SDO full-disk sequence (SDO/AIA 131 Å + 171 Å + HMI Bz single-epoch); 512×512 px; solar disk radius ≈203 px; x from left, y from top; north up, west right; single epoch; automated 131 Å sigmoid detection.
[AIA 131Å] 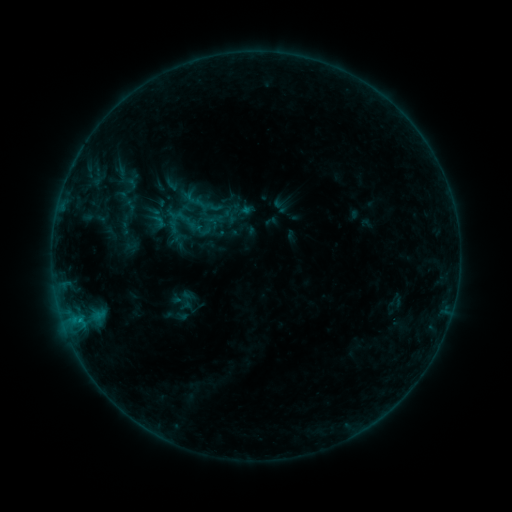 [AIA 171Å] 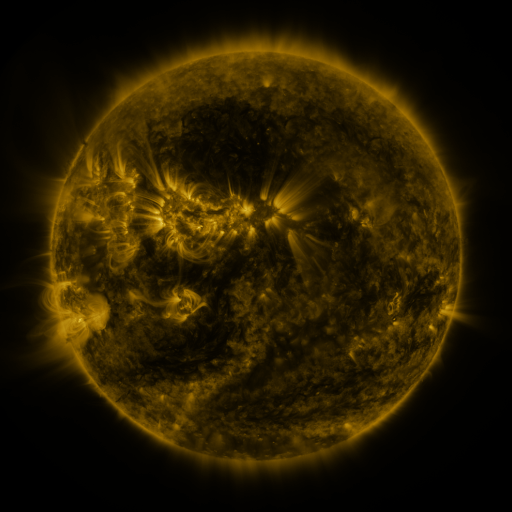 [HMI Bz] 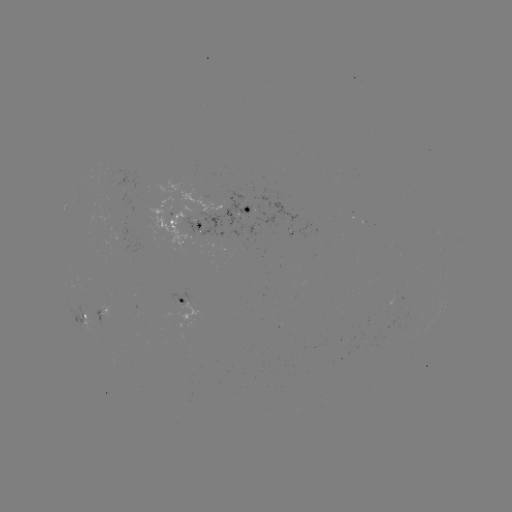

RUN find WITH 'sigmoid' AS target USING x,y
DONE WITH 158,221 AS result